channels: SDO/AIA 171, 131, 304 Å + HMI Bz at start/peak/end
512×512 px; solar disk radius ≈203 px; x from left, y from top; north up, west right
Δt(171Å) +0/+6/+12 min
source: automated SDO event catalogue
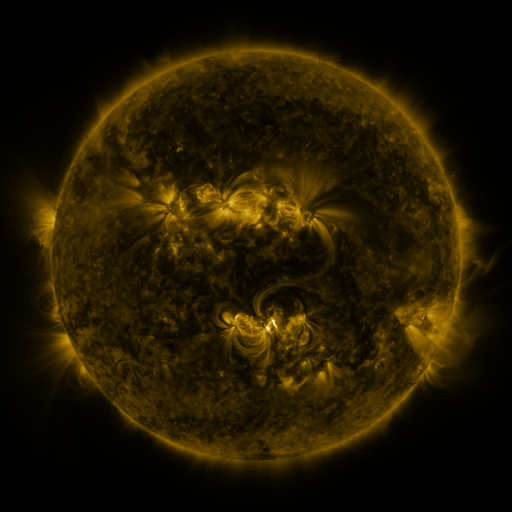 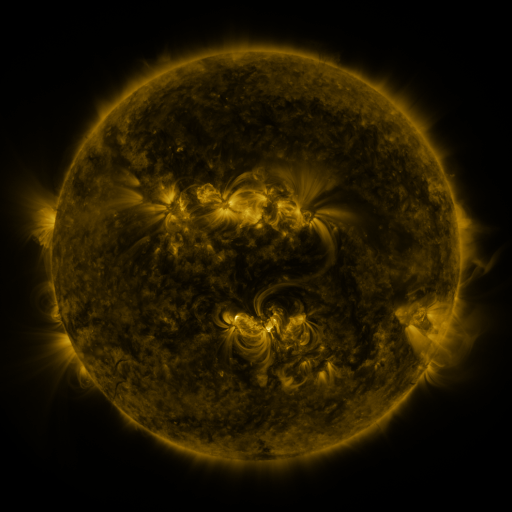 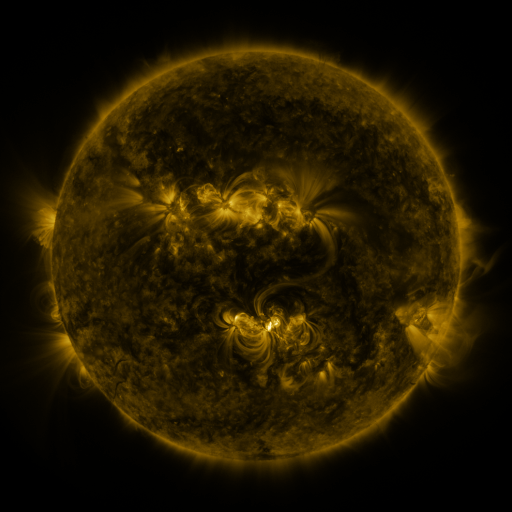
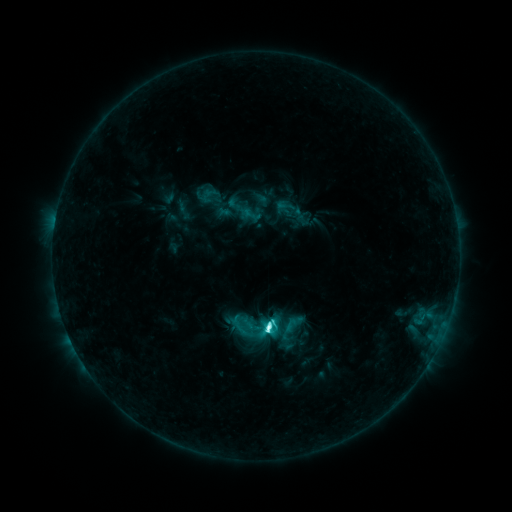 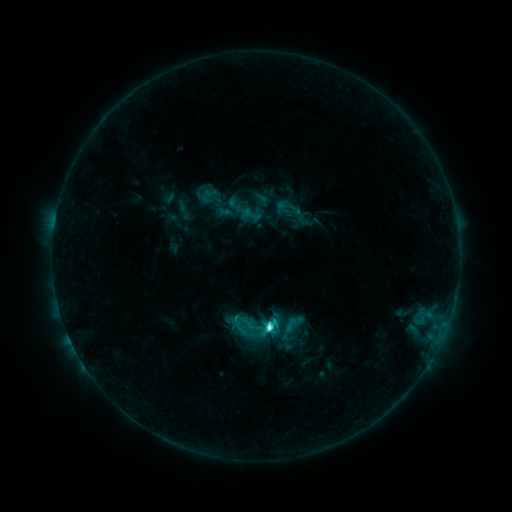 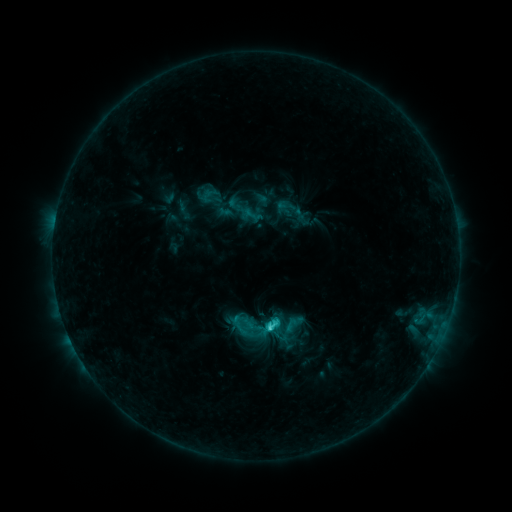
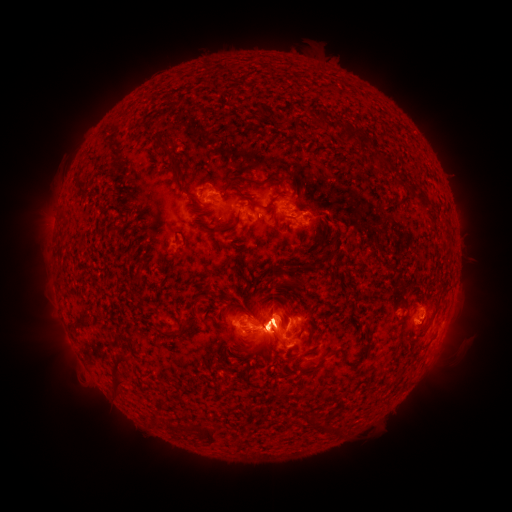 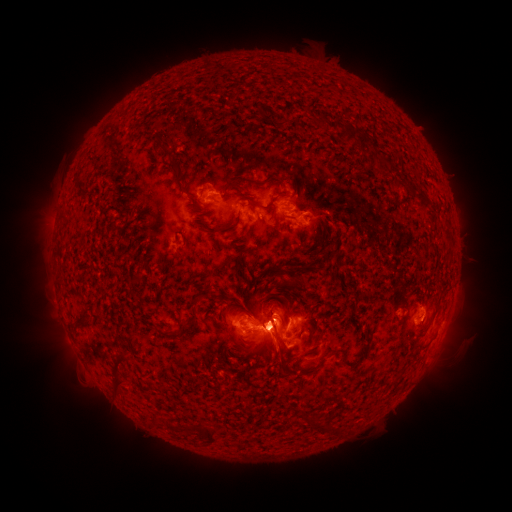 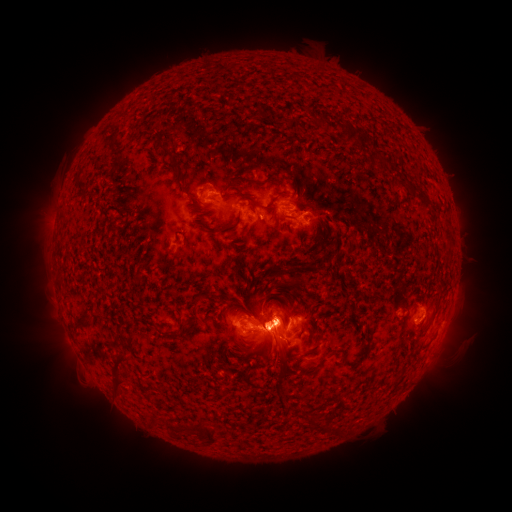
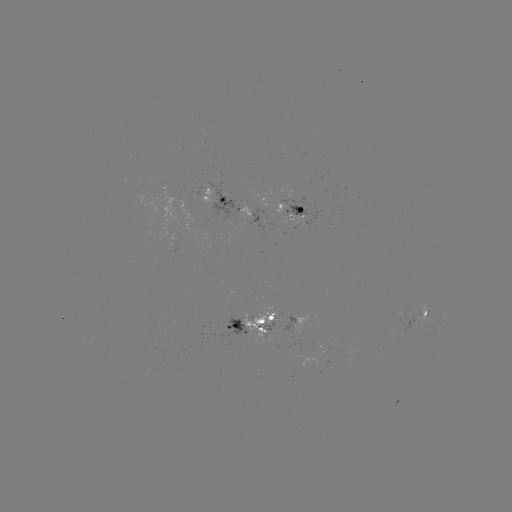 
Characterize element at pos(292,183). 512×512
eruption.